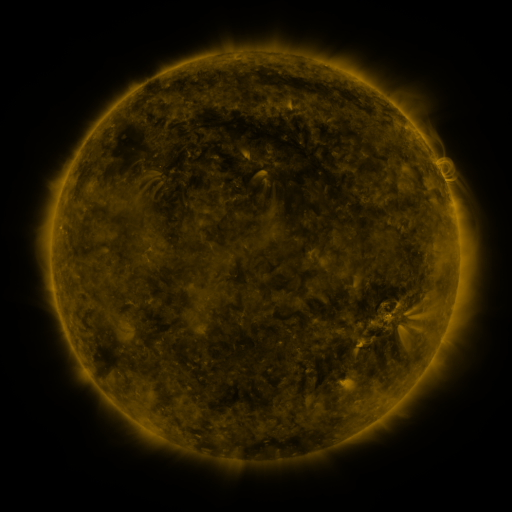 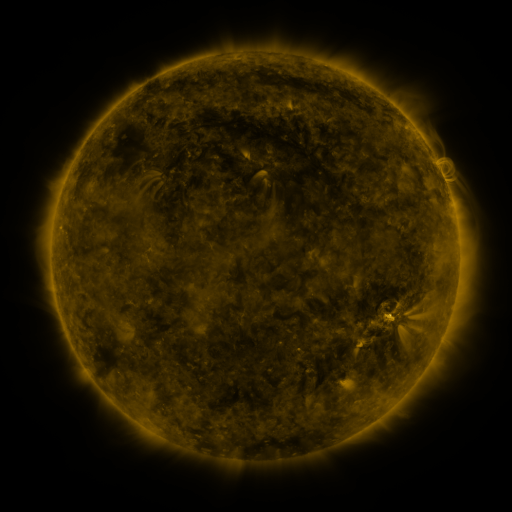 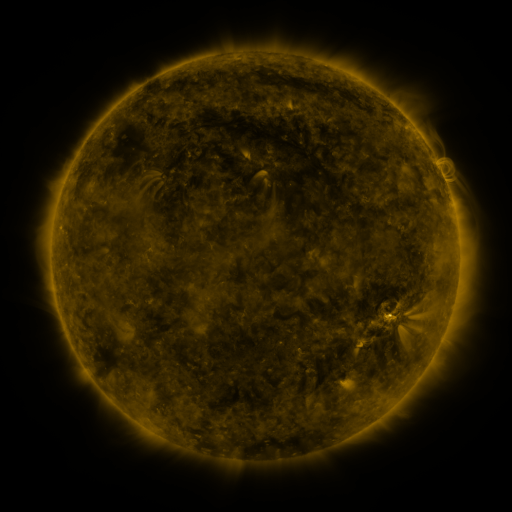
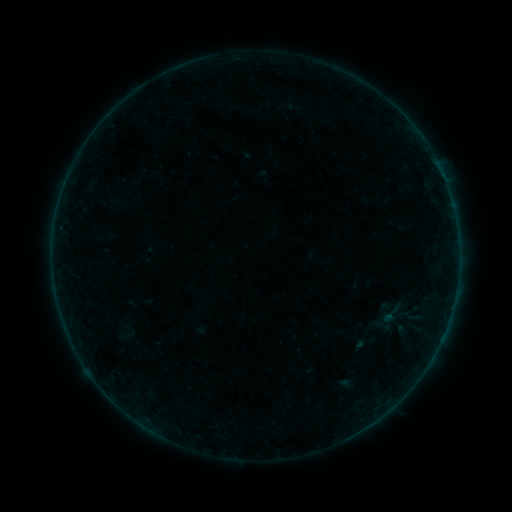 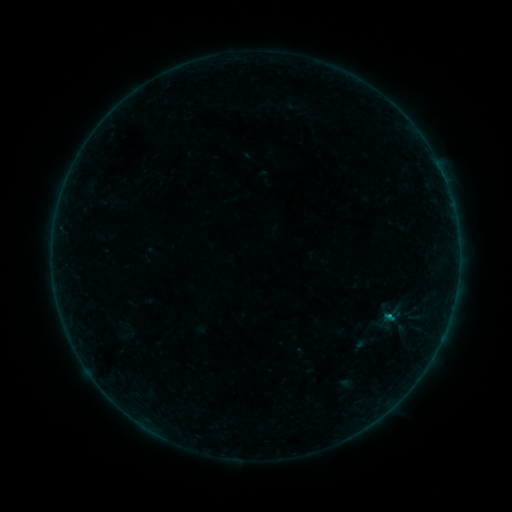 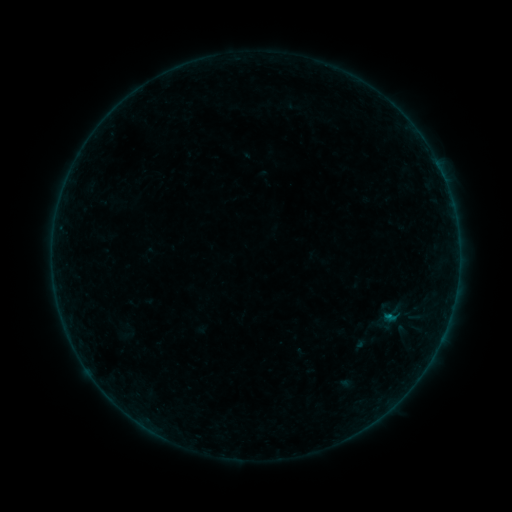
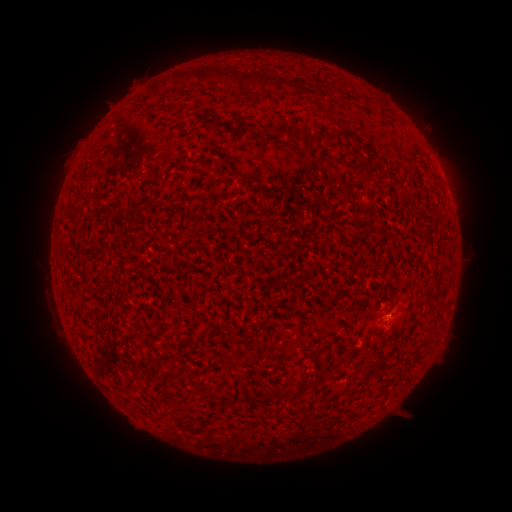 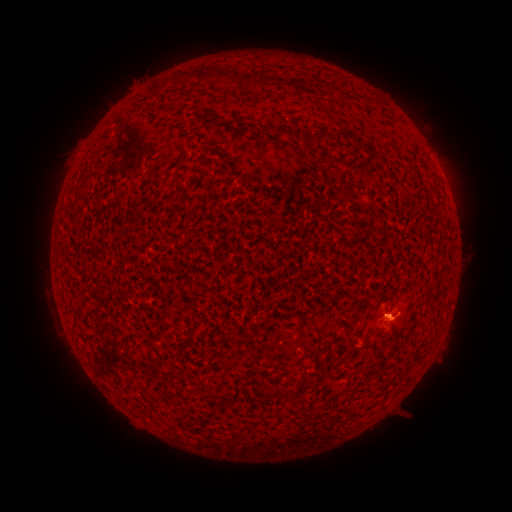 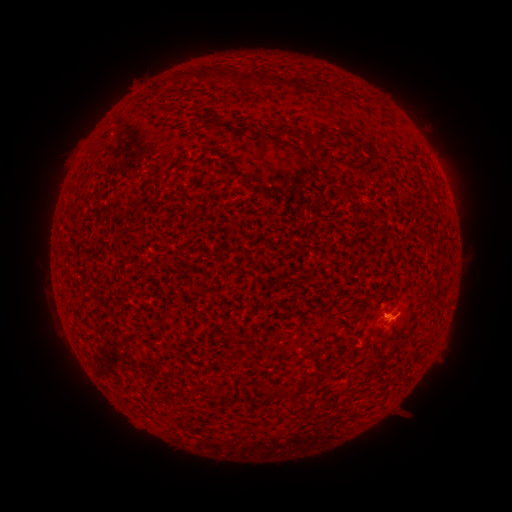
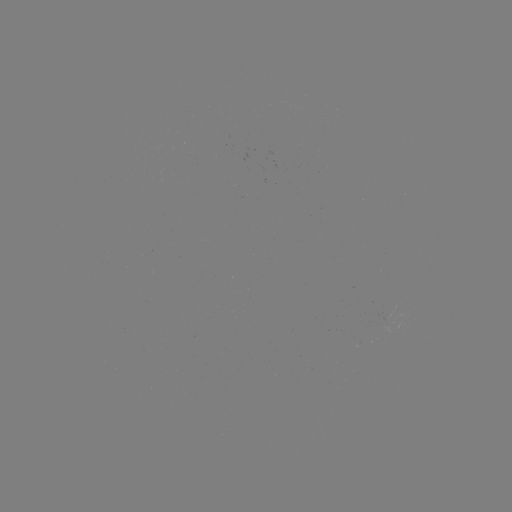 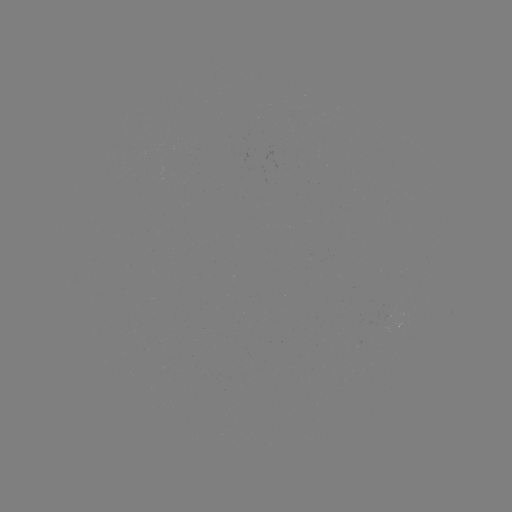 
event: flare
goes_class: B2.8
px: (389, 318)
